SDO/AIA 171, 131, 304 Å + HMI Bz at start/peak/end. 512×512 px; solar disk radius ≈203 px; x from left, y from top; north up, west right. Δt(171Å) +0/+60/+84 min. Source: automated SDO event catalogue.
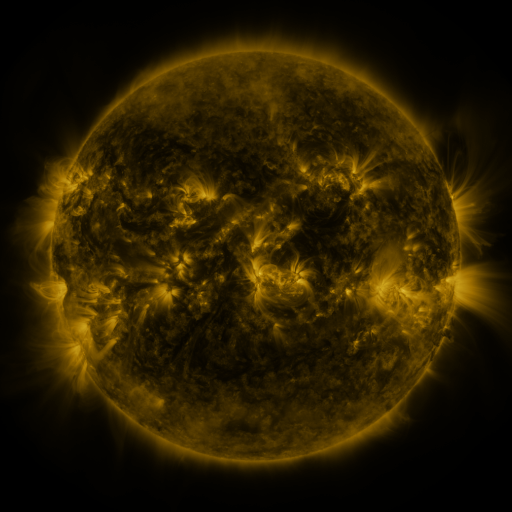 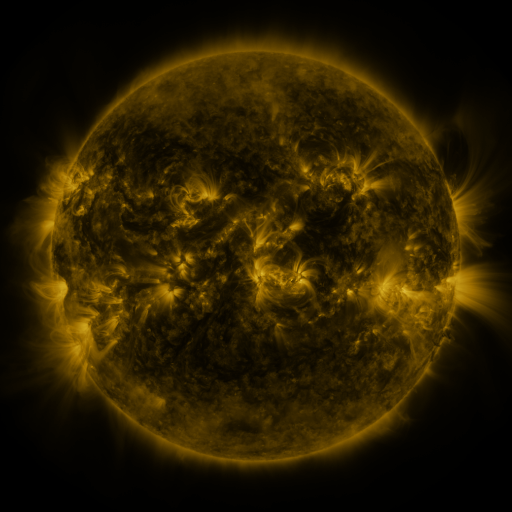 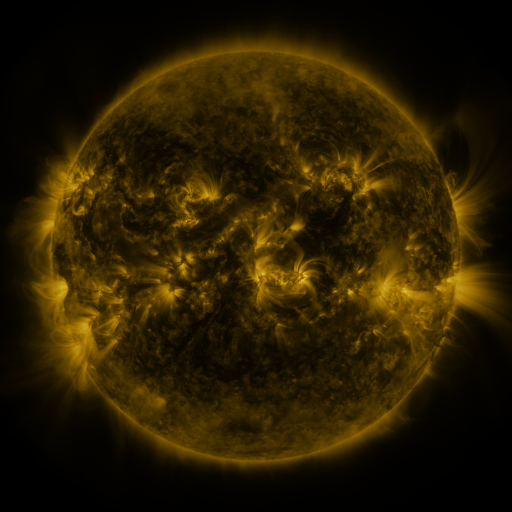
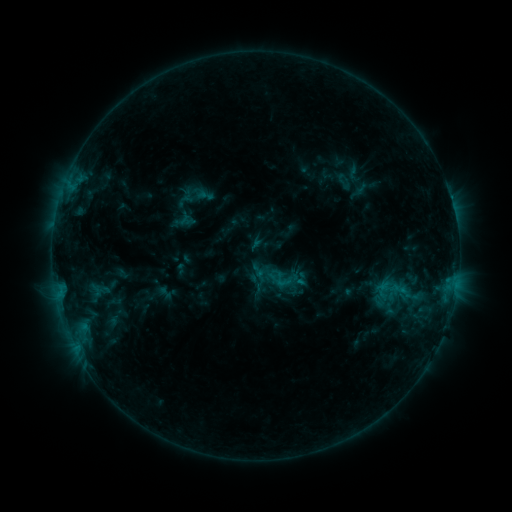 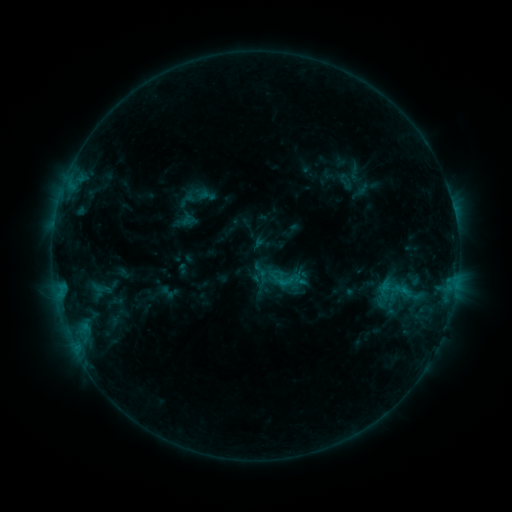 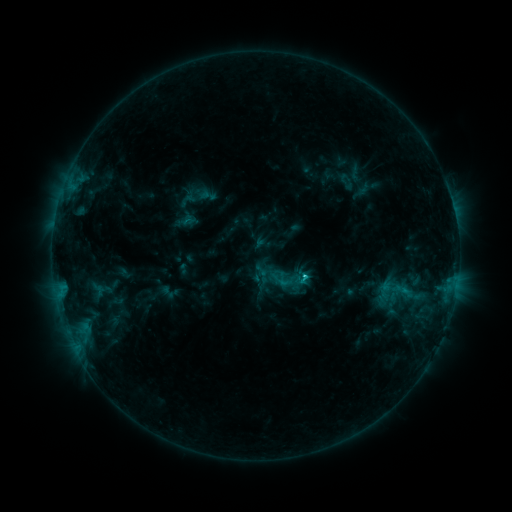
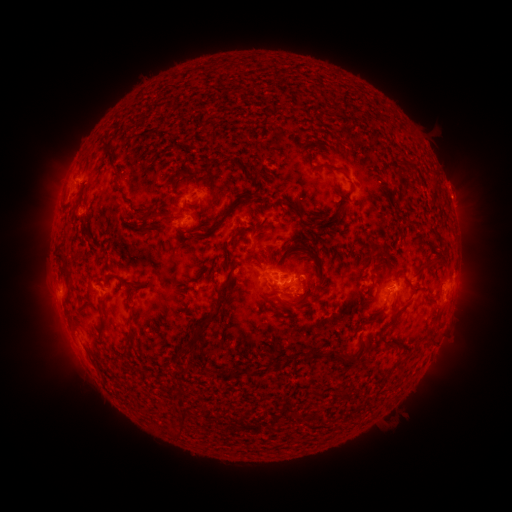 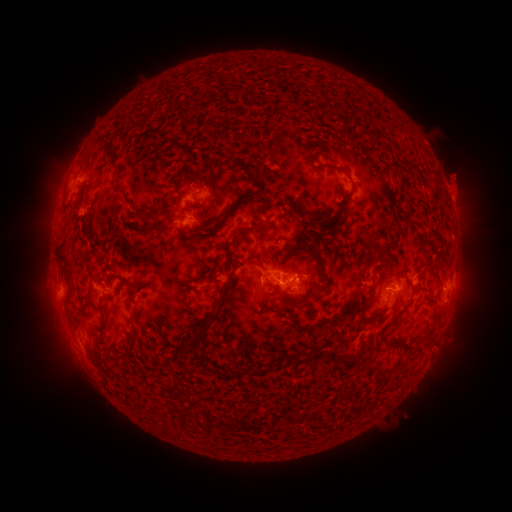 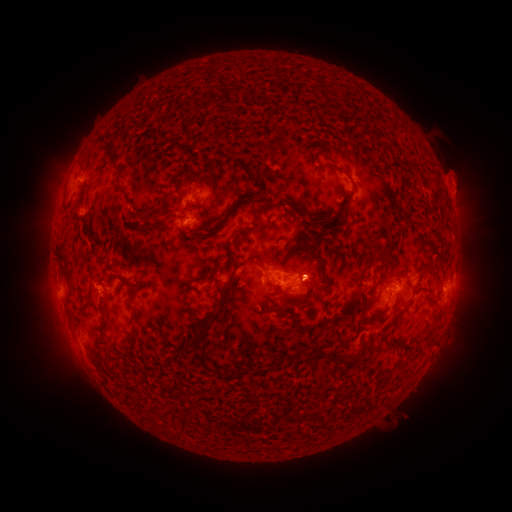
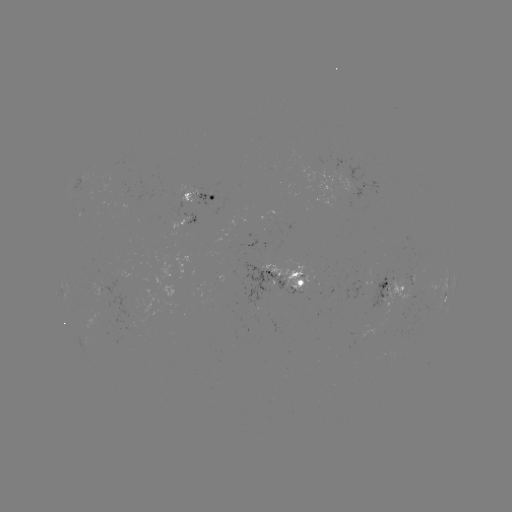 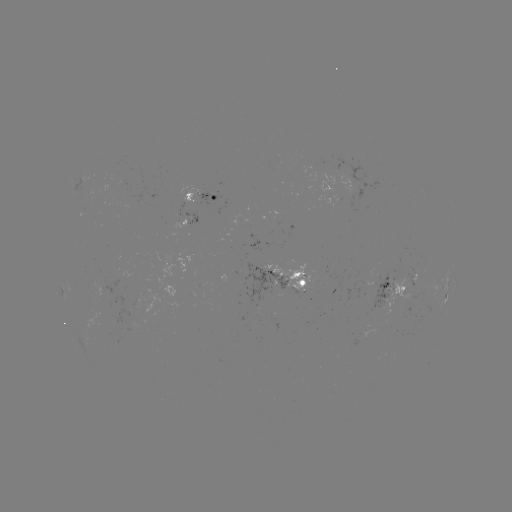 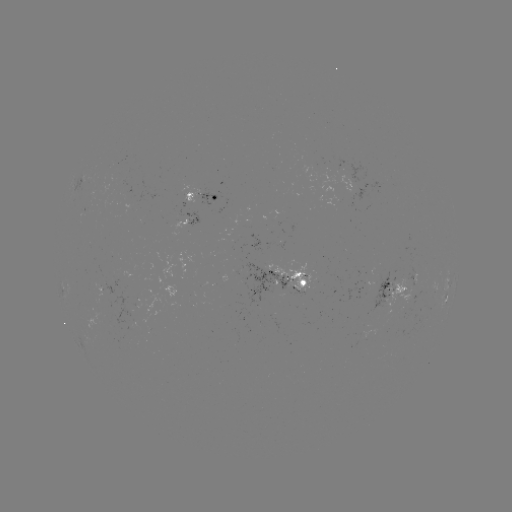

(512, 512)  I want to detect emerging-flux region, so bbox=[332, 171, 354, 193].